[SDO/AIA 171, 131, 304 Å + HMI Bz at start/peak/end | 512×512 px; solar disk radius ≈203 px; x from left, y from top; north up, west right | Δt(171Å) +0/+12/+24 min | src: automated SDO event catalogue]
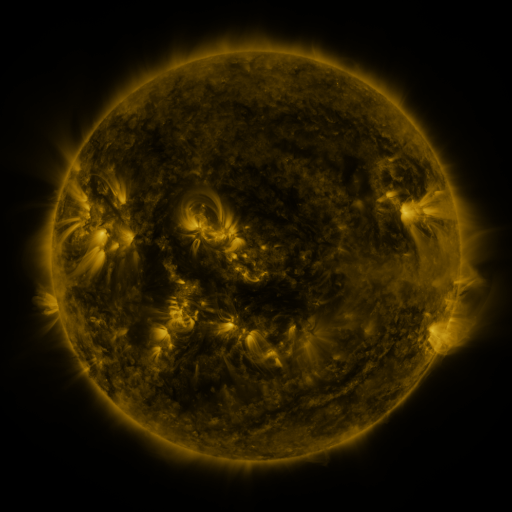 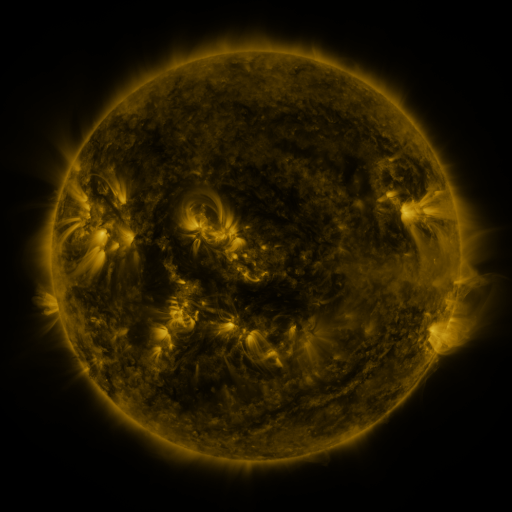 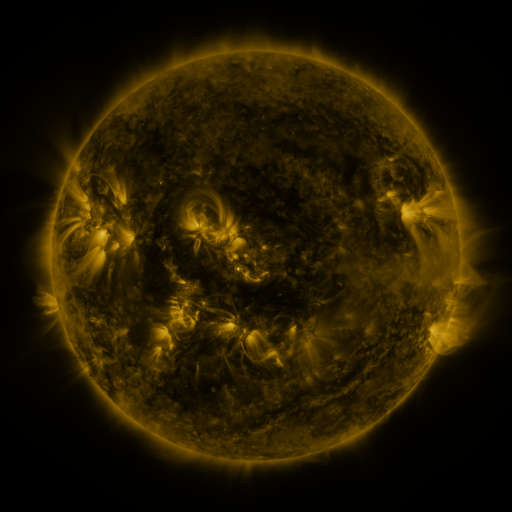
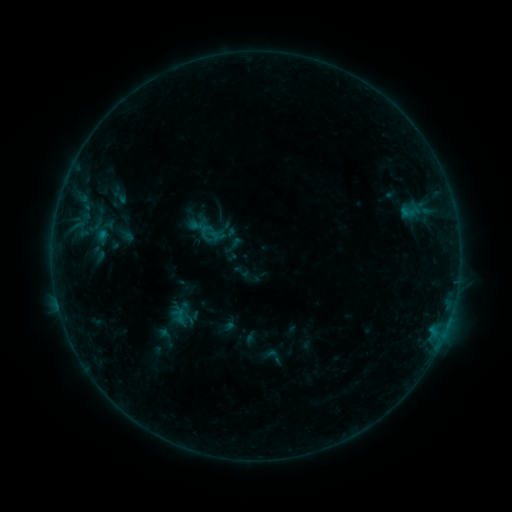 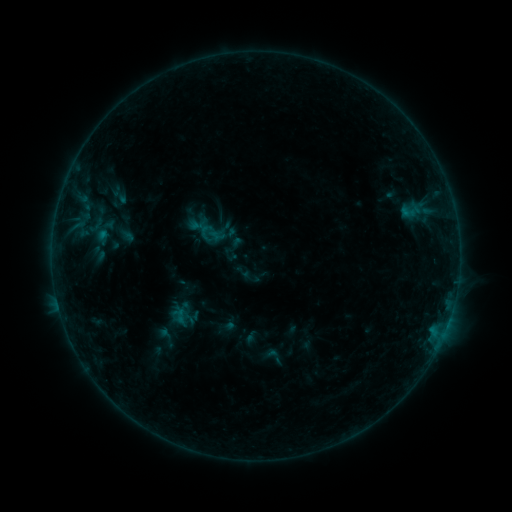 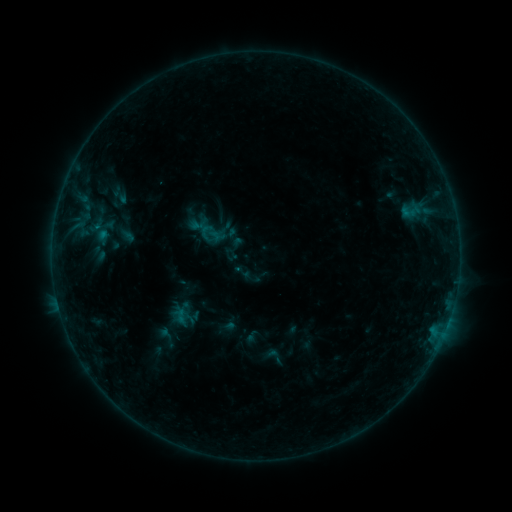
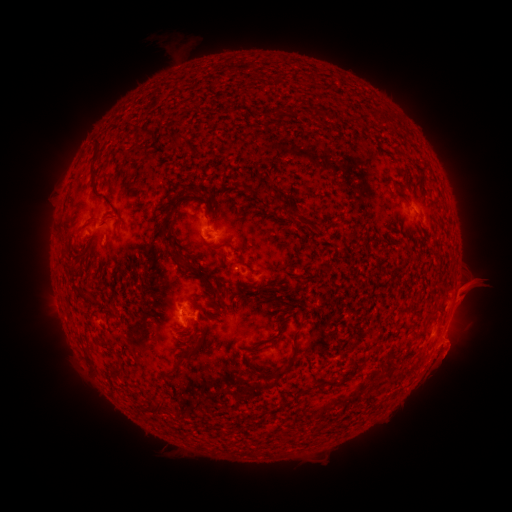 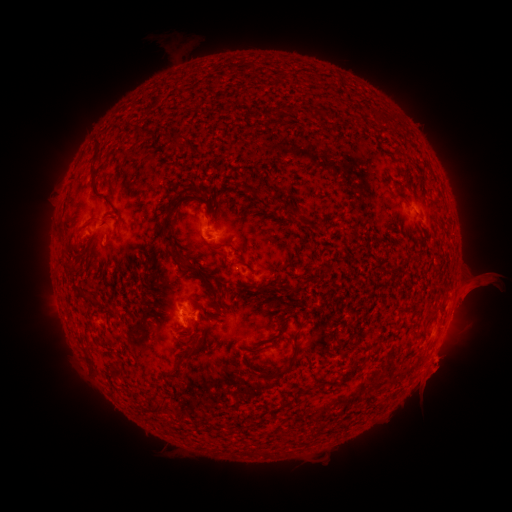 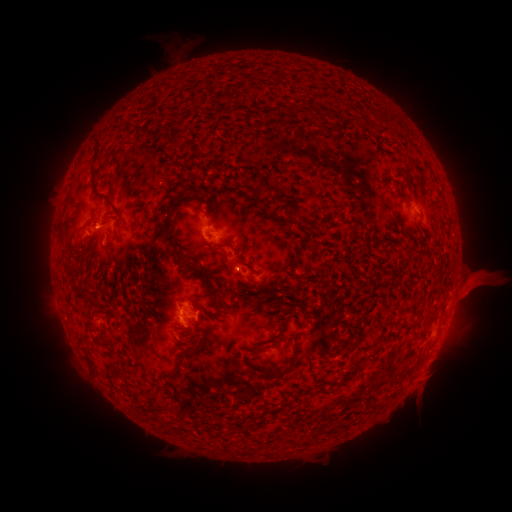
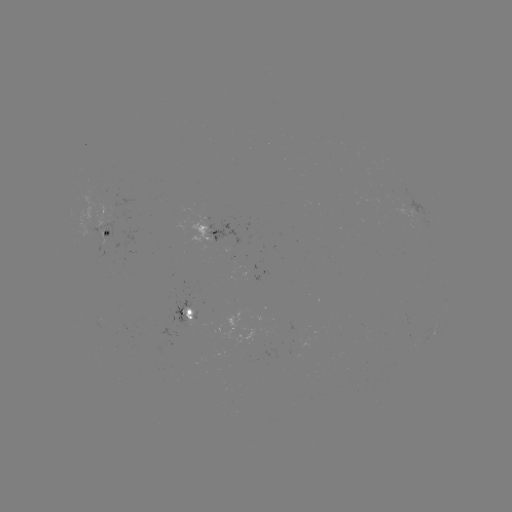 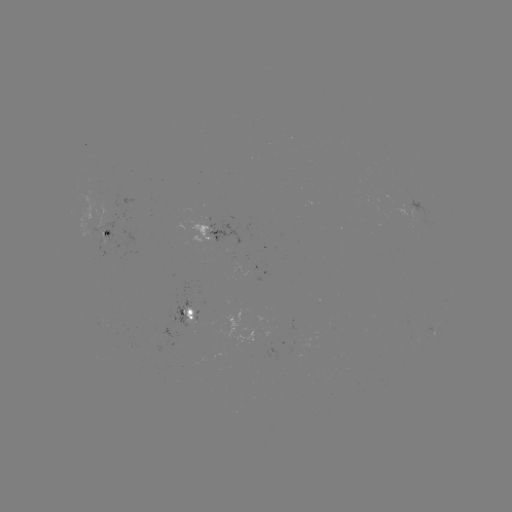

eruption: <bbox>443, 261, 508, 316</bbox>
